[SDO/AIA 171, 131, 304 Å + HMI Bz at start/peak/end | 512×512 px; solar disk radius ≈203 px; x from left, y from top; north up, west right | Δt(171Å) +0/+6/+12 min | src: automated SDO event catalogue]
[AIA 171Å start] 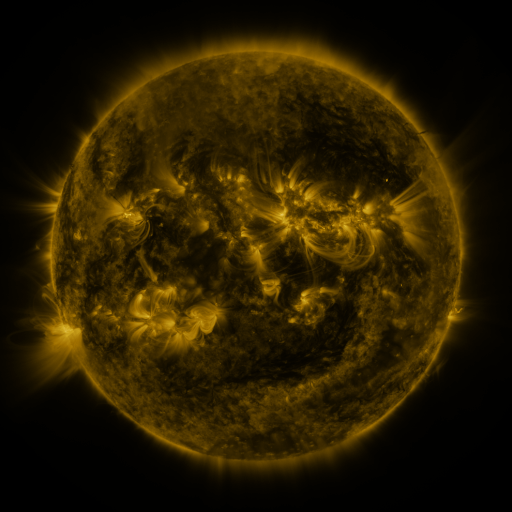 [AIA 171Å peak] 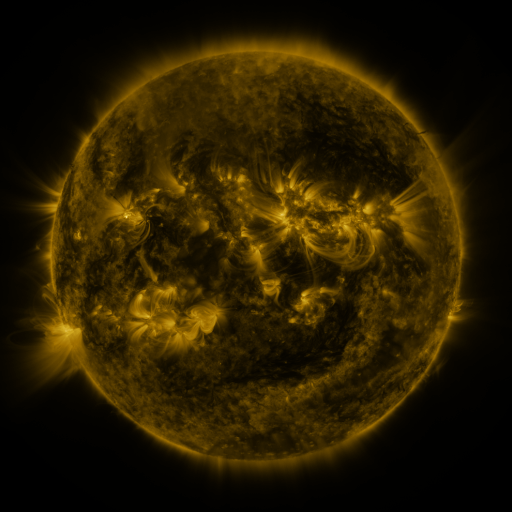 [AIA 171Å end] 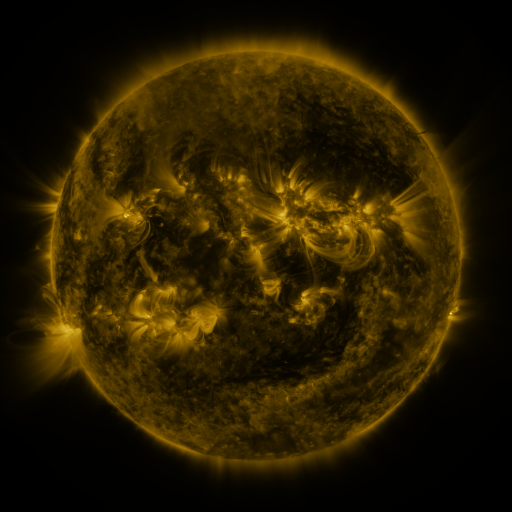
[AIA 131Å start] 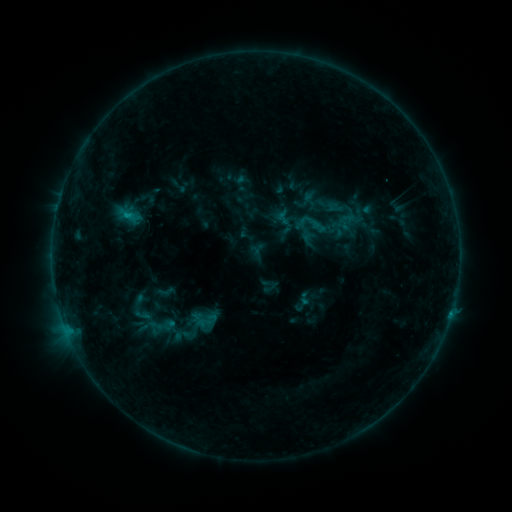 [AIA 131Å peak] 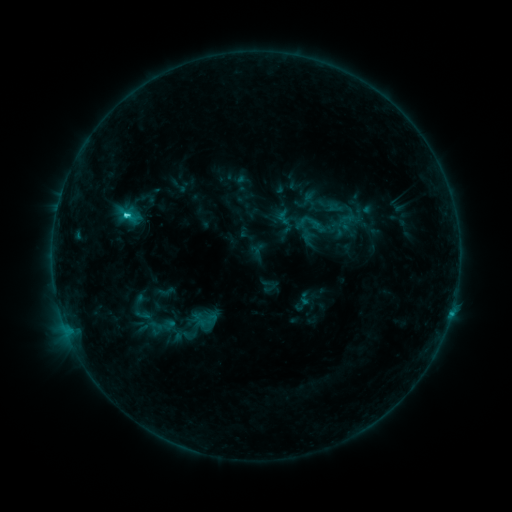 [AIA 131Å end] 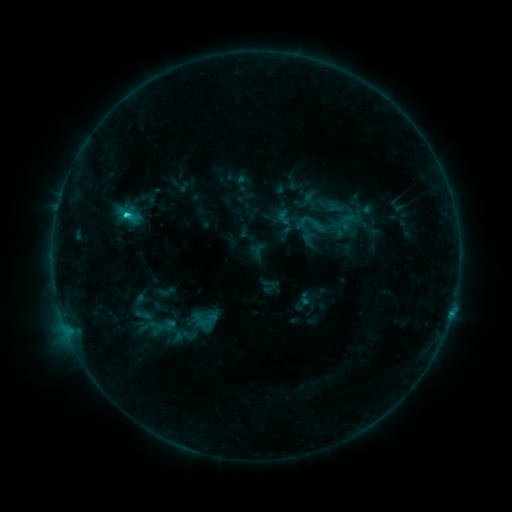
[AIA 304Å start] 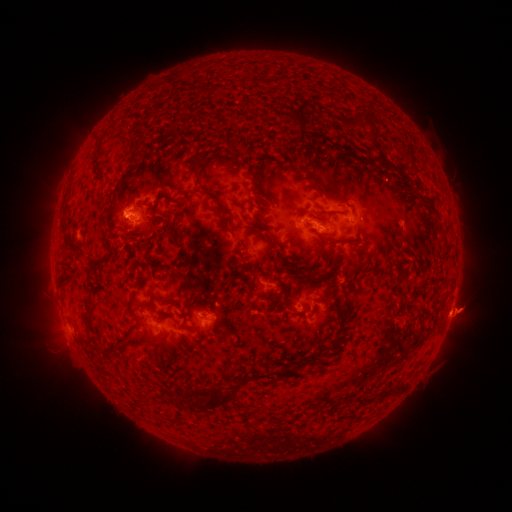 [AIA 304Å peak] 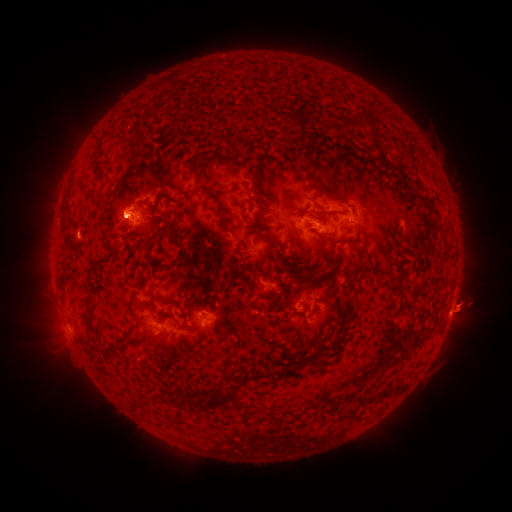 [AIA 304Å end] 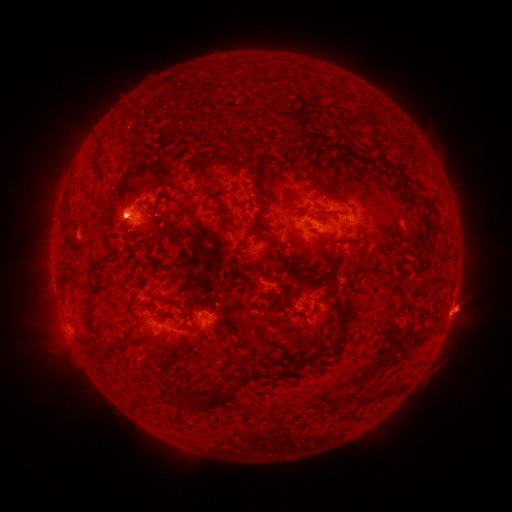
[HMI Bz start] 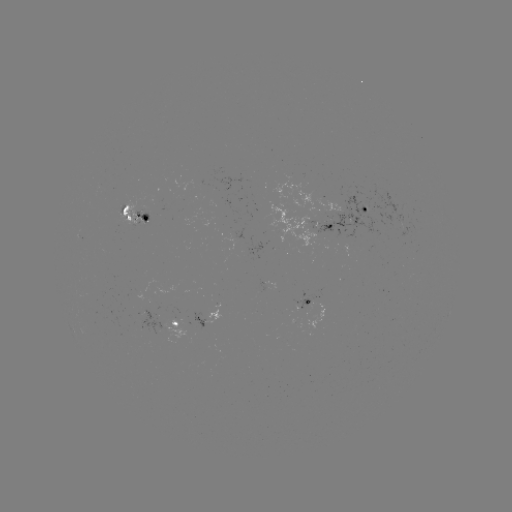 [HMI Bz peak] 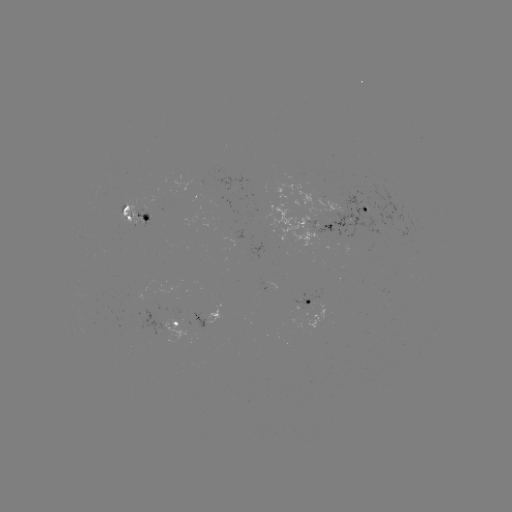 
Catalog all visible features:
C1.9 flare: (128, 219)
